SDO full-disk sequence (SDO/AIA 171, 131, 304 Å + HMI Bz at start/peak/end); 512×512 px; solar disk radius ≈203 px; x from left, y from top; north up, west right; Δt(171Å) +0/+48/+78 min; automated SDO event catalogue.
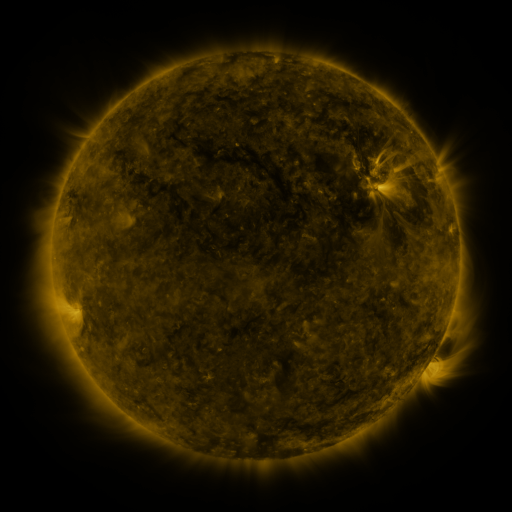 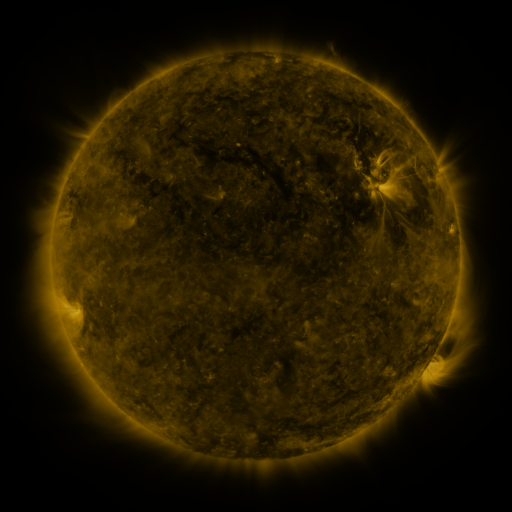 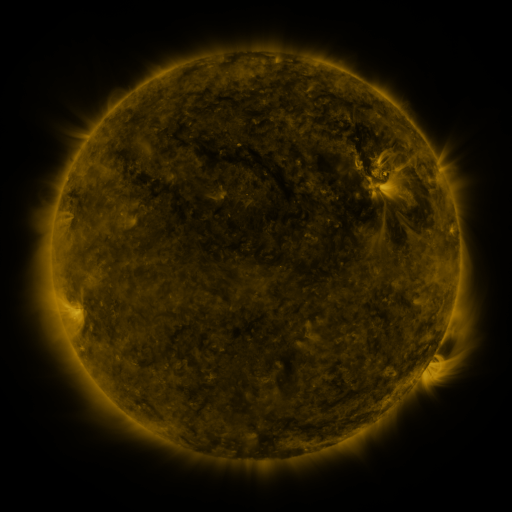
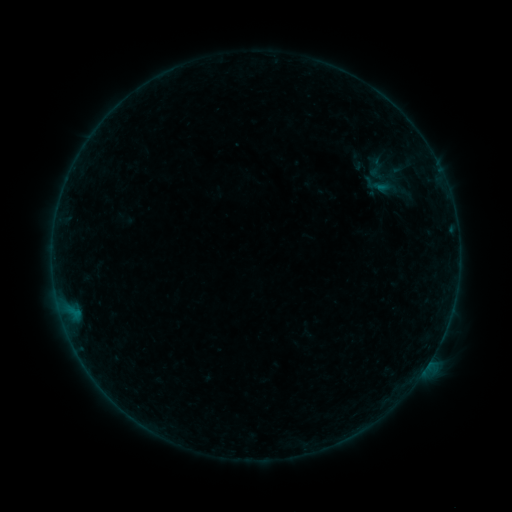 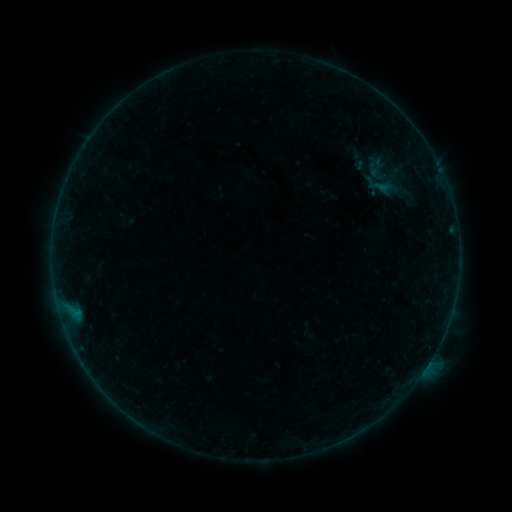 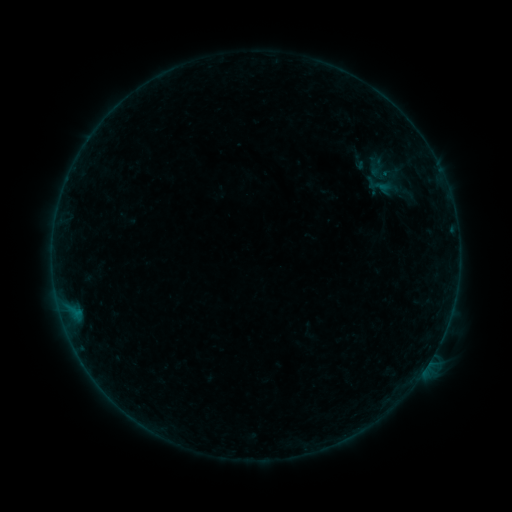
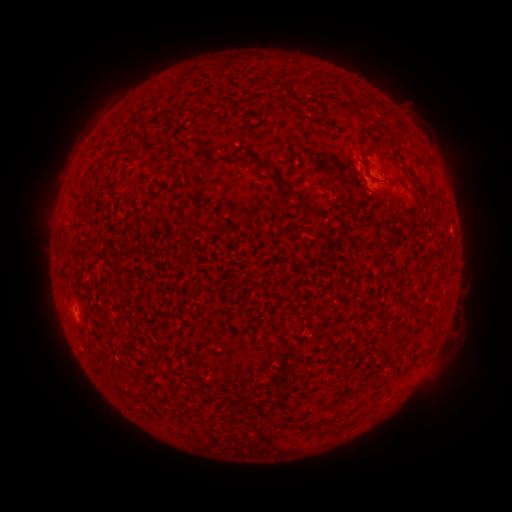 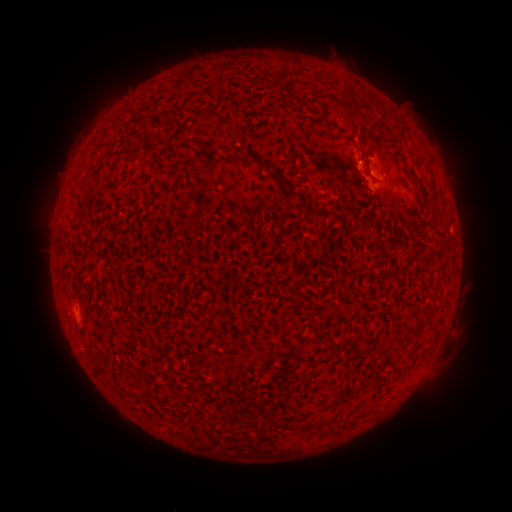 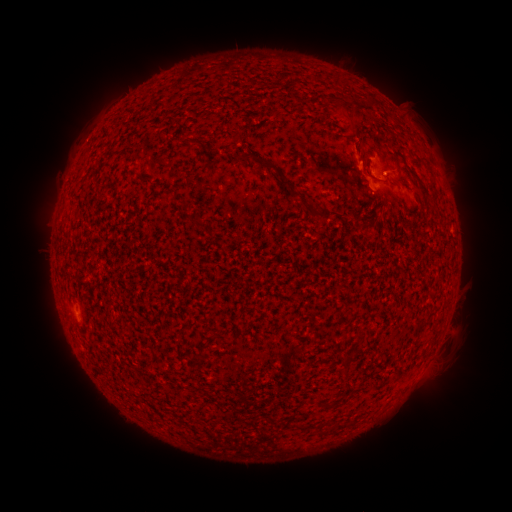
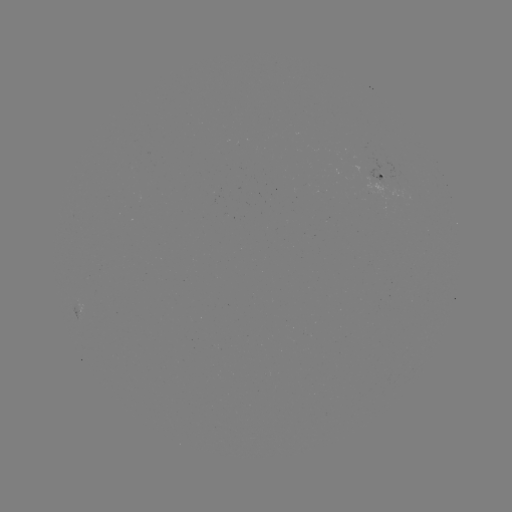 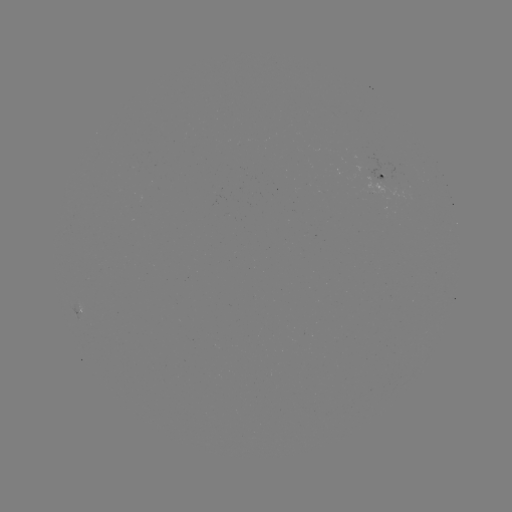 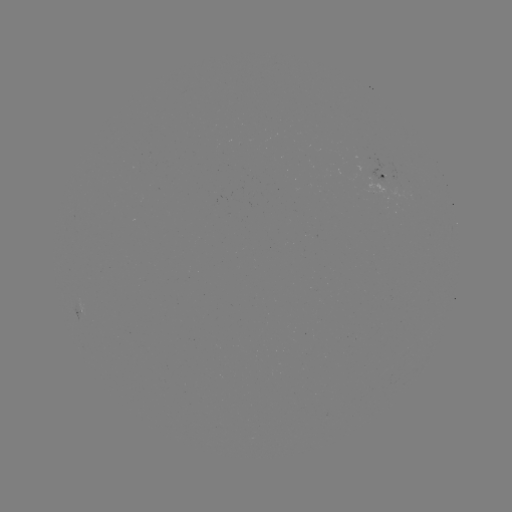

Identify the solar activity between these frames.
B2.0 flare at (366, 180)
